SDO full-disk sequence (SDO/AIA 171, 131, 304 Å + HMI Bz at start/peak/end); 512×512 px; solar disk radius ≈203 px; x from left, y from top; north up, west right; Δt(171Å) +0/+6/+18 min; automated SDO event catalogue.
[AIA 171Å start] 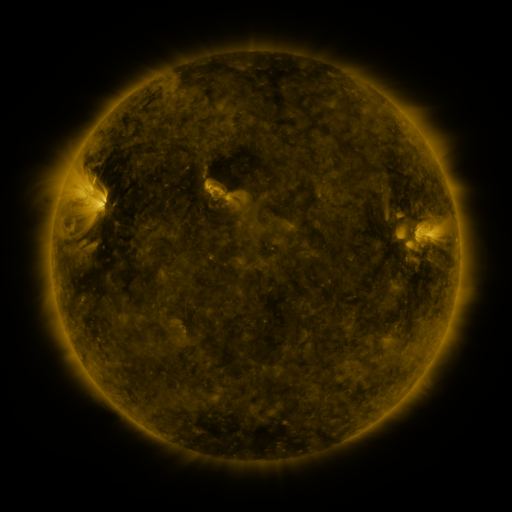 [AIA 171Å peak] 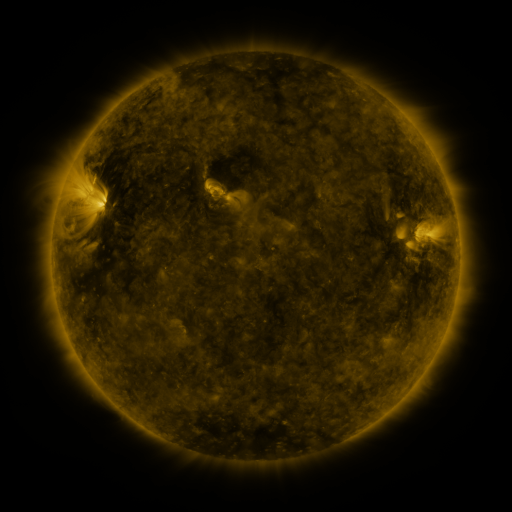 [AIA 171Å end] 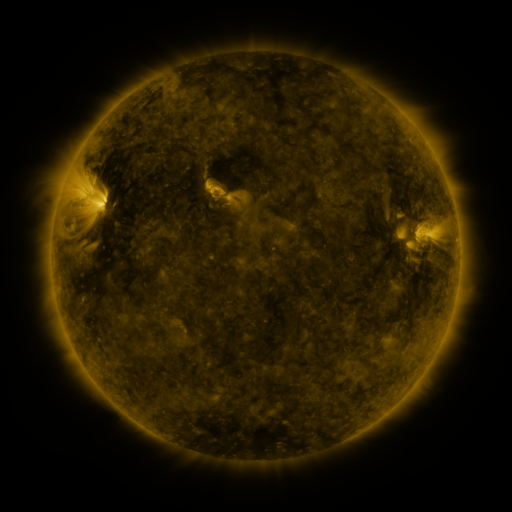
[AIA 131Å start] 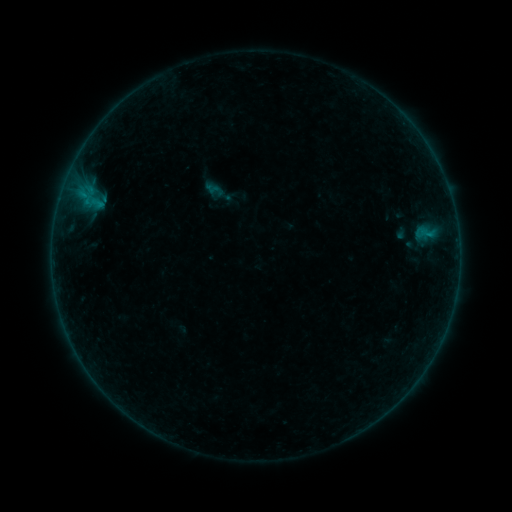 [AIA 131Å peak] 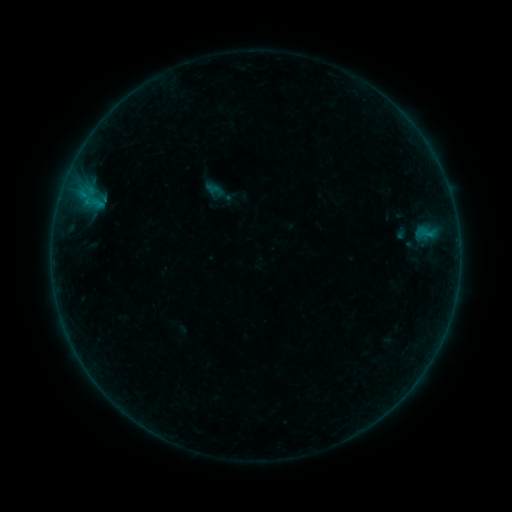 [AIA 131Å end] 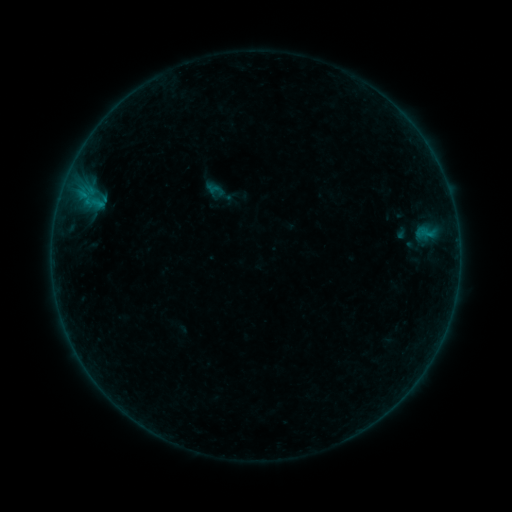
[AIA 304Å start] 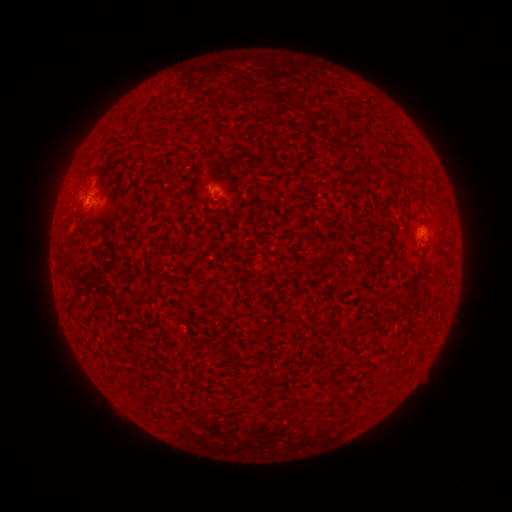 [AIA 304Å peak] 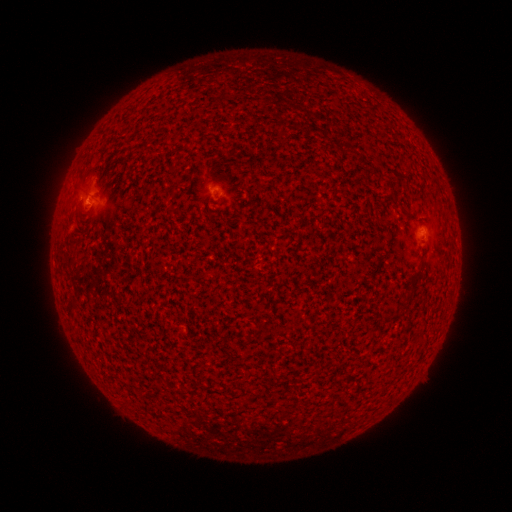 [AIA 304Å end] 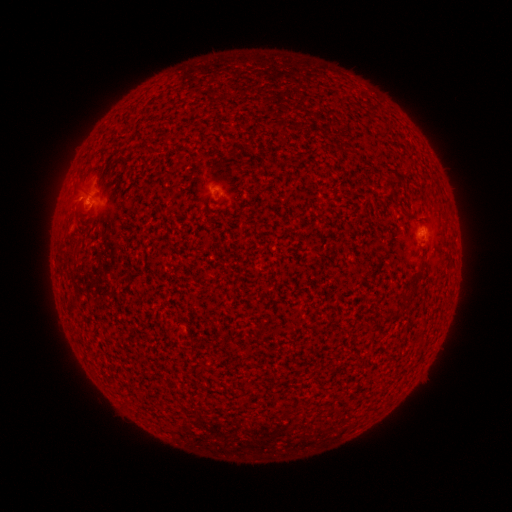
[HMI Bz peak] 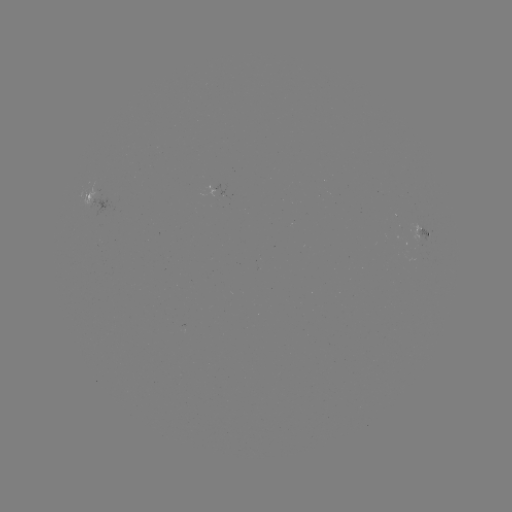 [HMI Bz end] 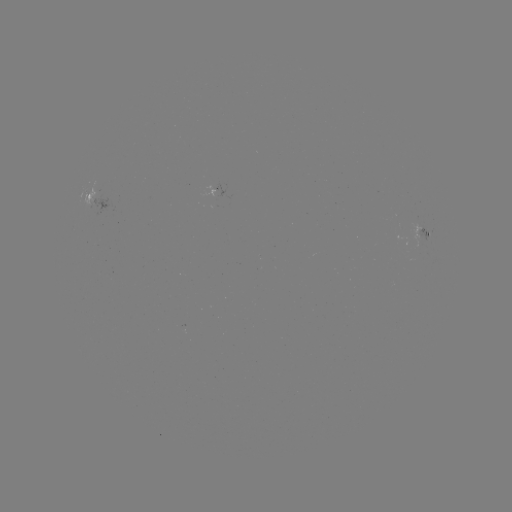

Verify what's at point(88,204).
B1.3 flare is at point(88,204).